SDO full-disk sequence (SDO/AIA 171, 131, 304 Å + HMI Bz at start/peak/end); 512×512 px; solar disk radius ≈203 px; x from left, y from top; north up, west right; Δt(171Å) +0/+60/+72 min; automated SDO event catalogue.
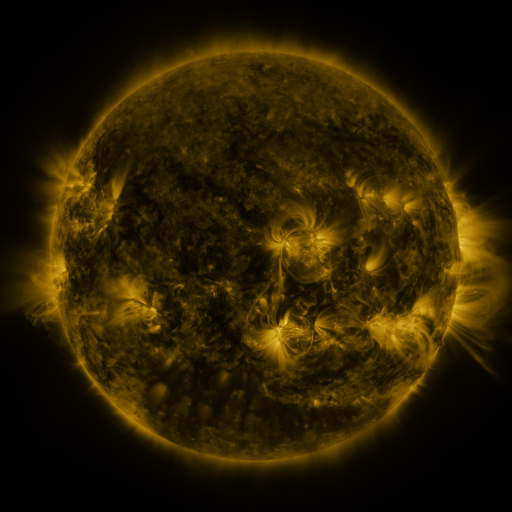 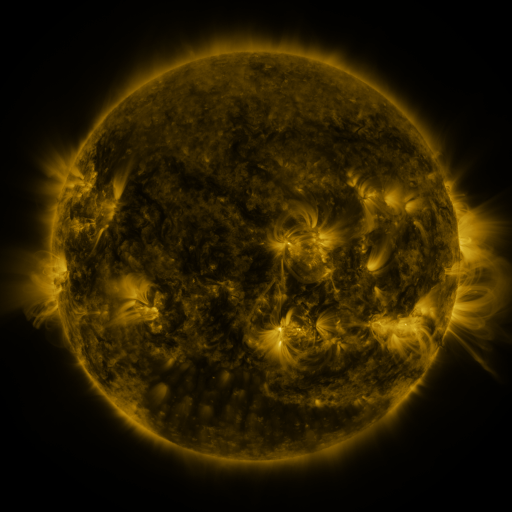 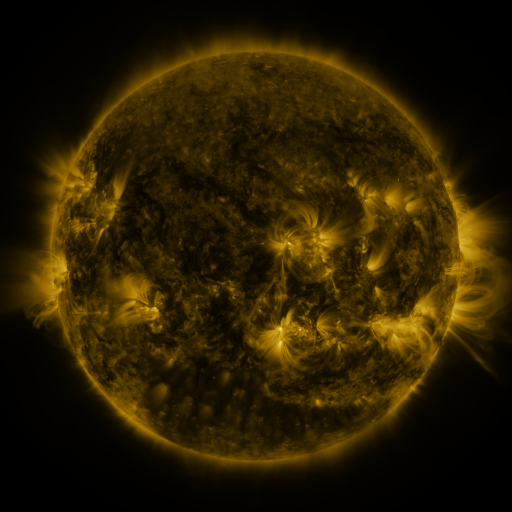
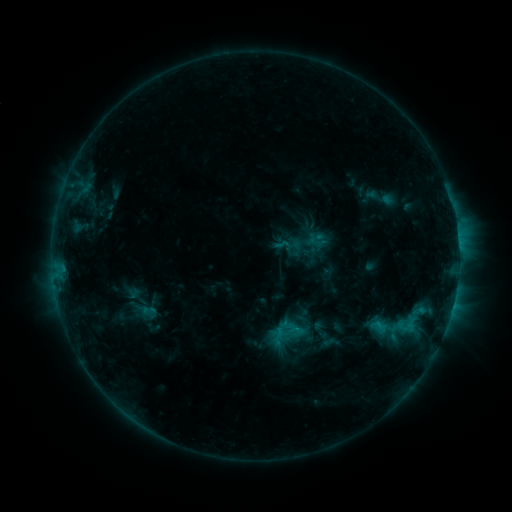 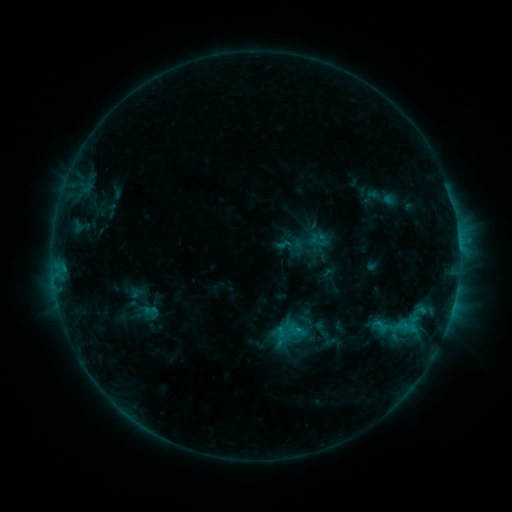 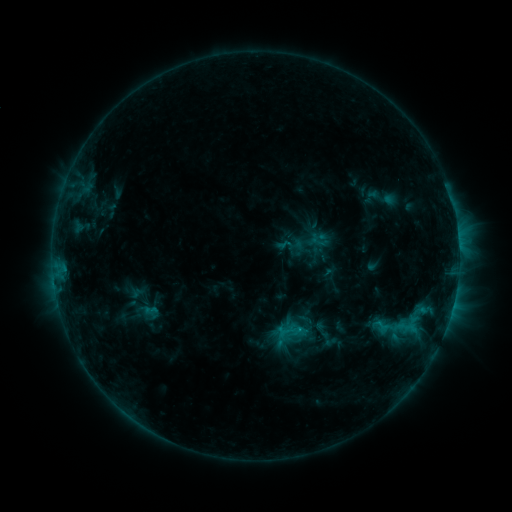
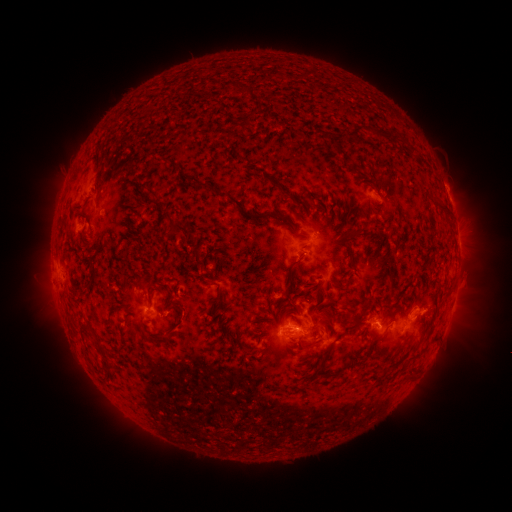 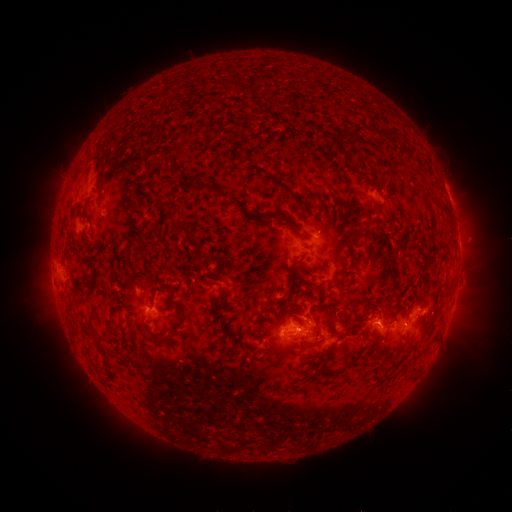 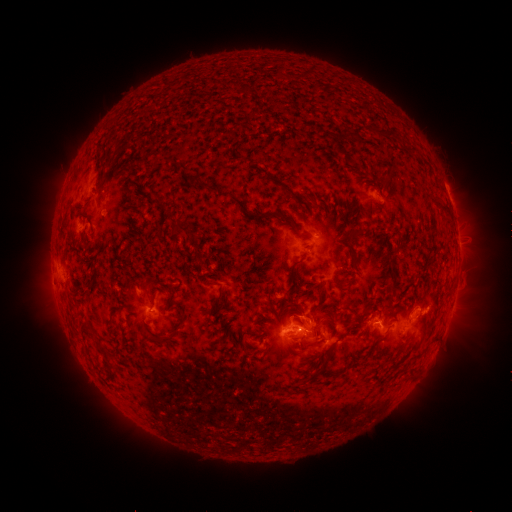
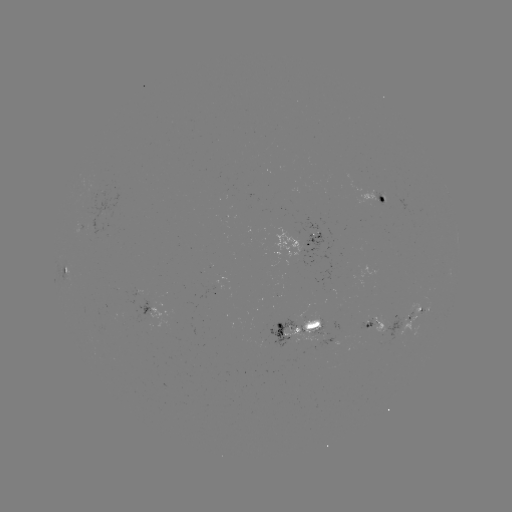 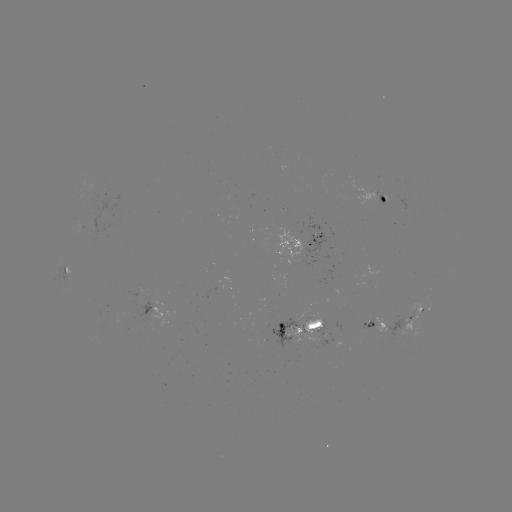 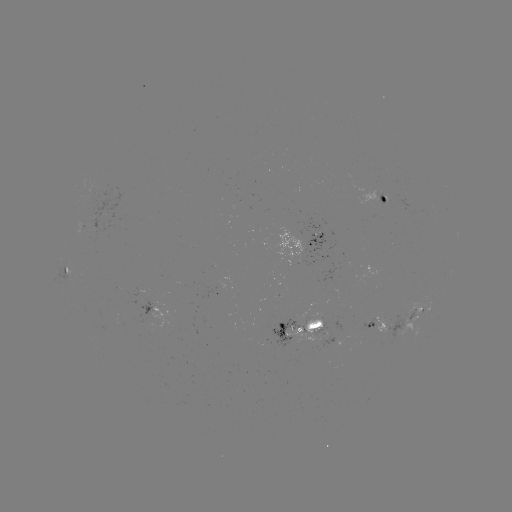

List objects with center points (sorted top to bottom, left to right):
emerging-flux region: (382, 330)
